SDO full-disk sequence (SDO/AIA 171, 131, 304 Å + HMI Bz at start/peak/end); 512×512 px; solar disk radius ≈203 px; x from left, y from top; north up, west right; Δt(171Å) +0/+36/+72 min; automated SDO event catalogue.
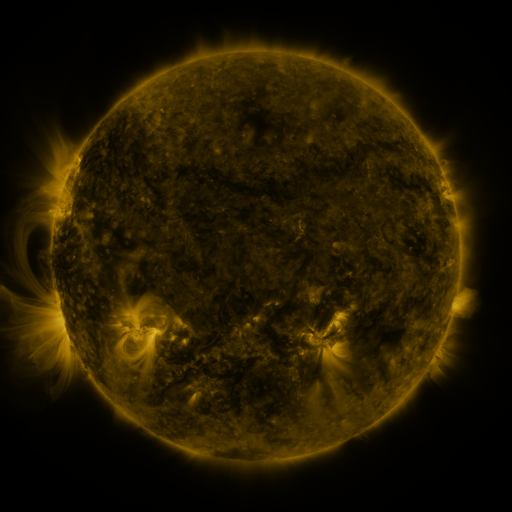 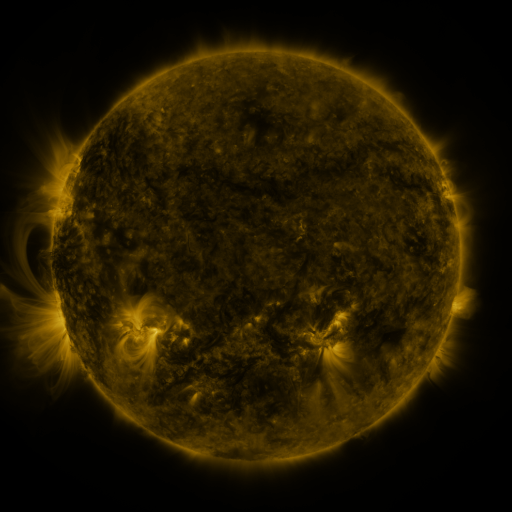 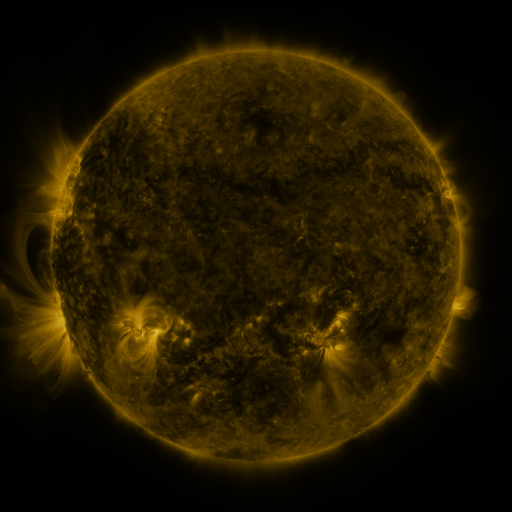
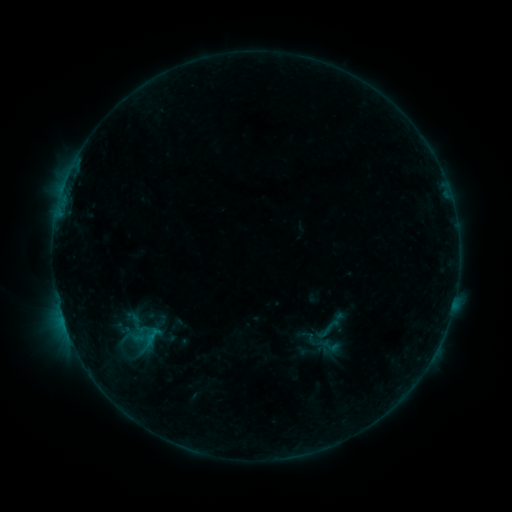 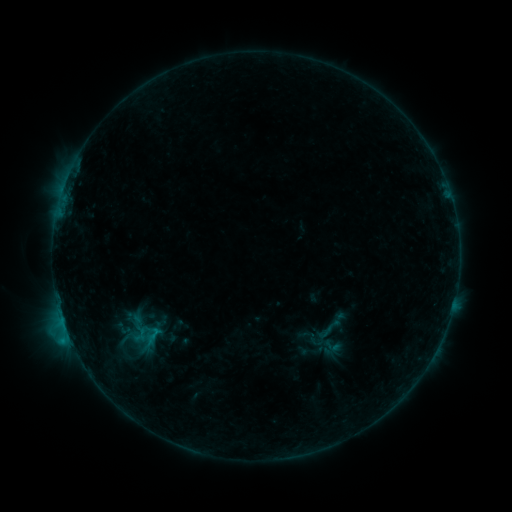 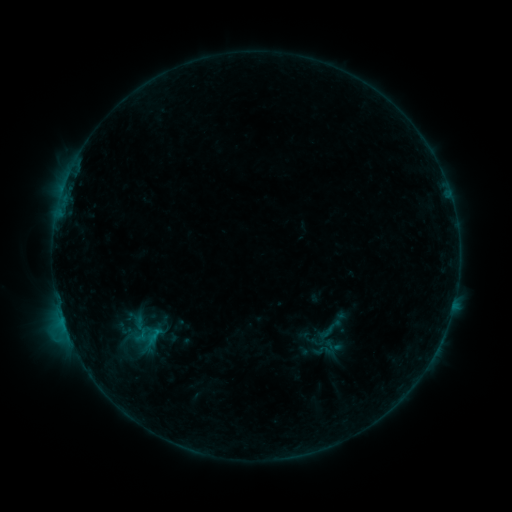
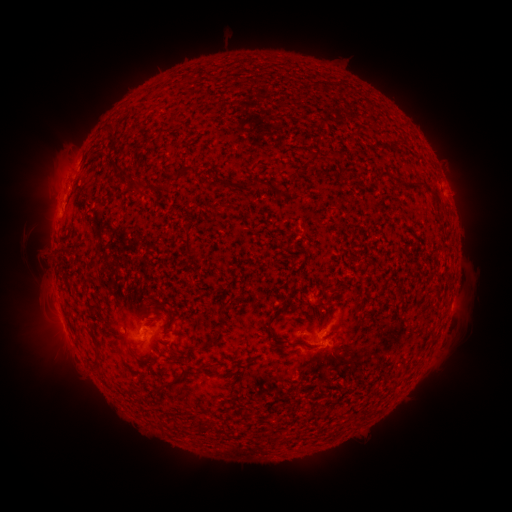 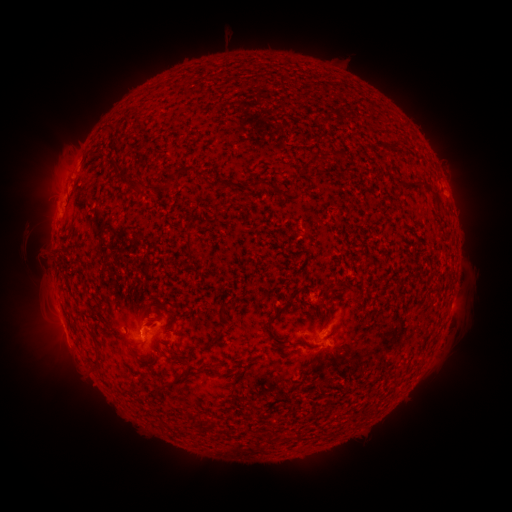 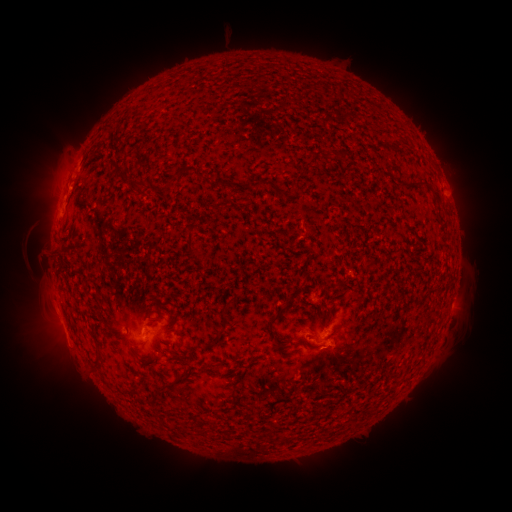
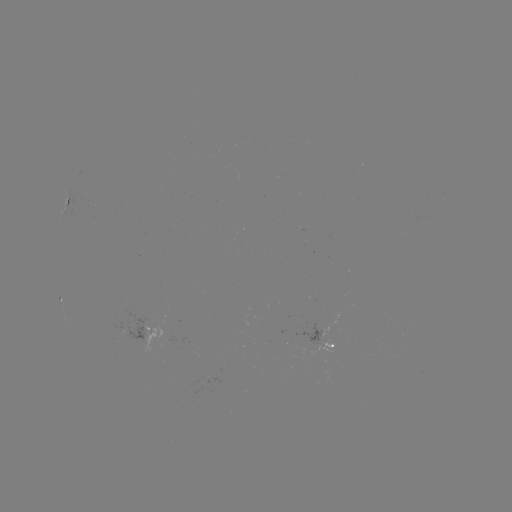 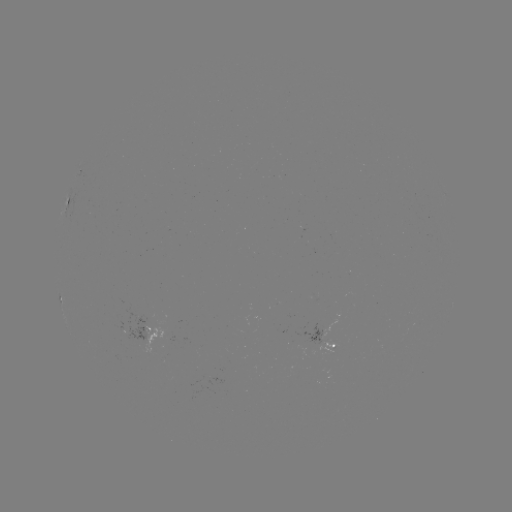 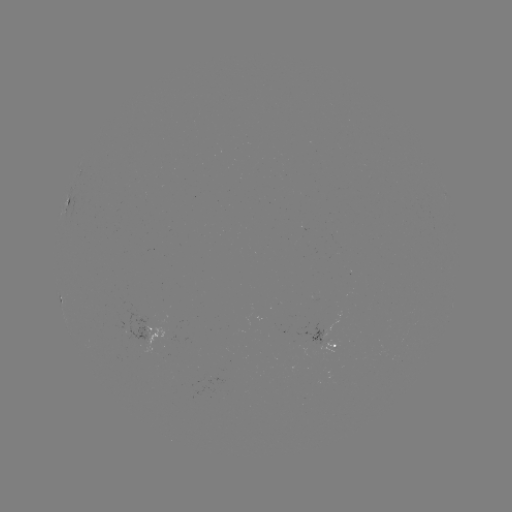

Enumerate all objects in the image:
B8.2 flare: (69, 335)
